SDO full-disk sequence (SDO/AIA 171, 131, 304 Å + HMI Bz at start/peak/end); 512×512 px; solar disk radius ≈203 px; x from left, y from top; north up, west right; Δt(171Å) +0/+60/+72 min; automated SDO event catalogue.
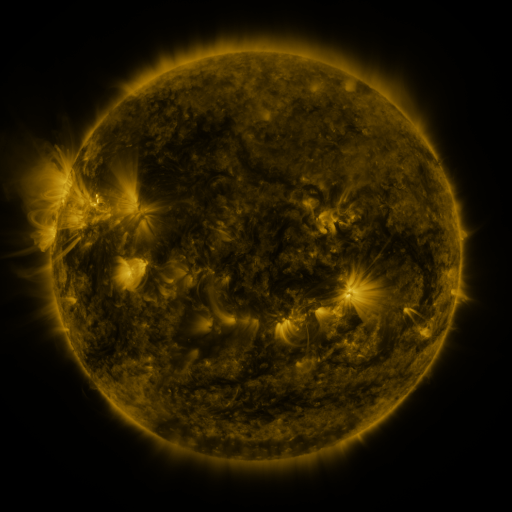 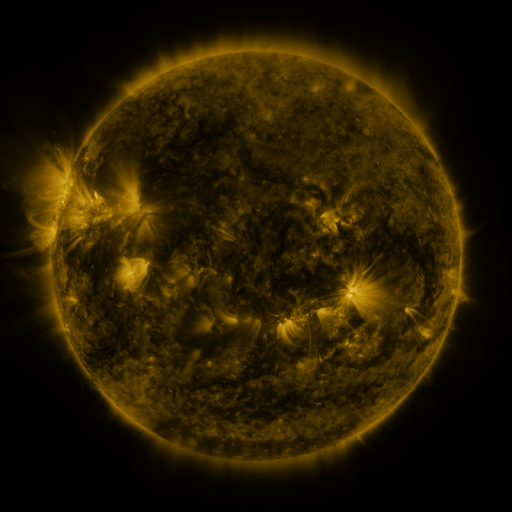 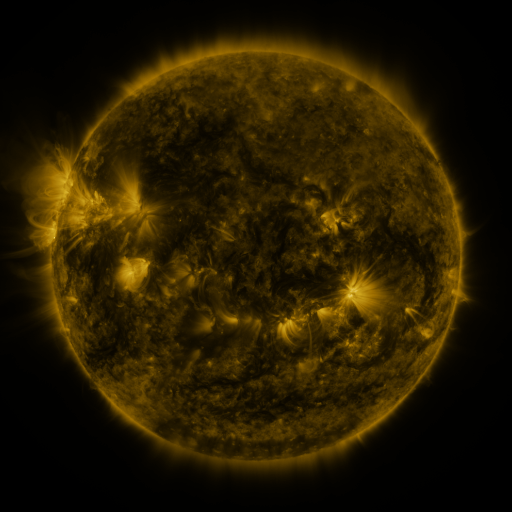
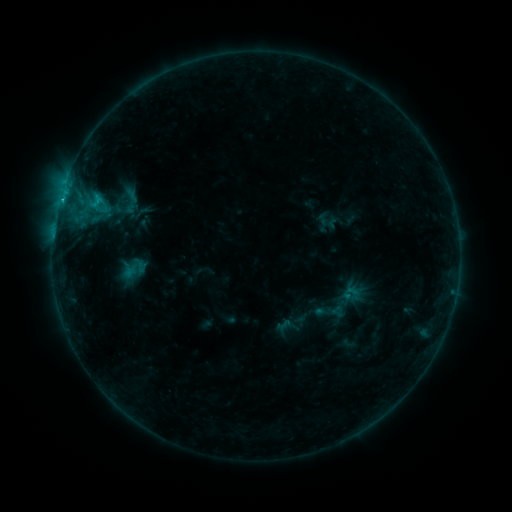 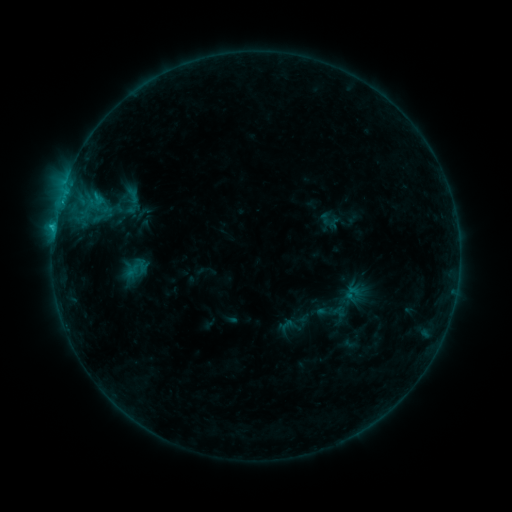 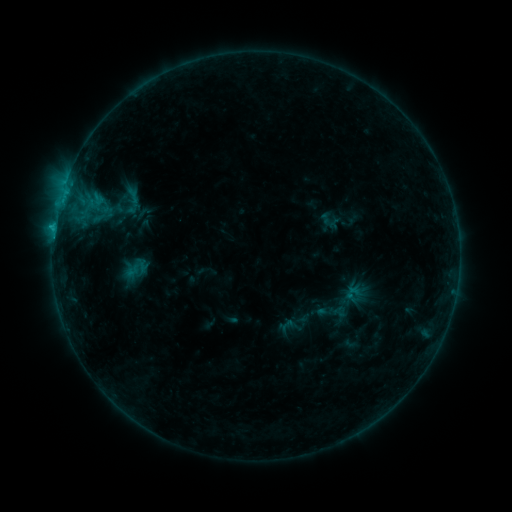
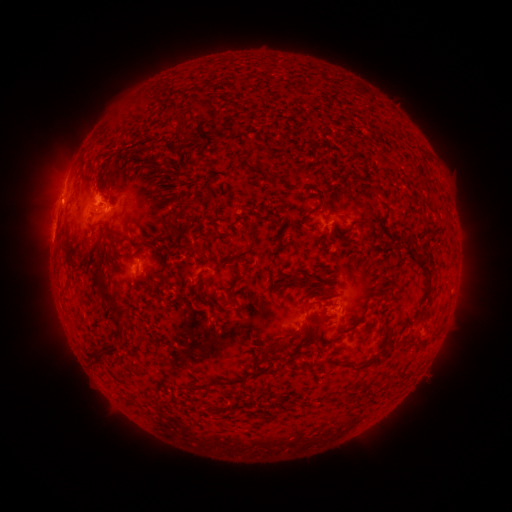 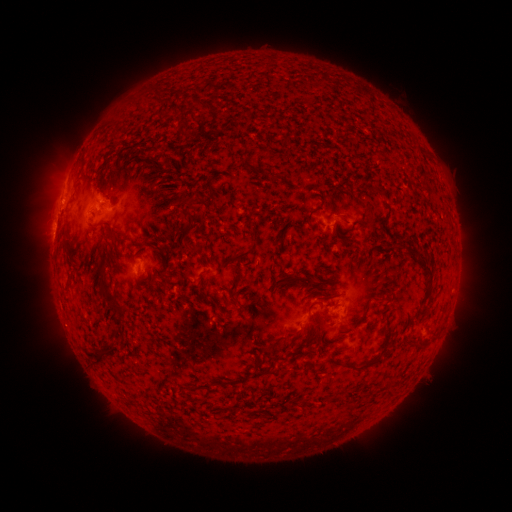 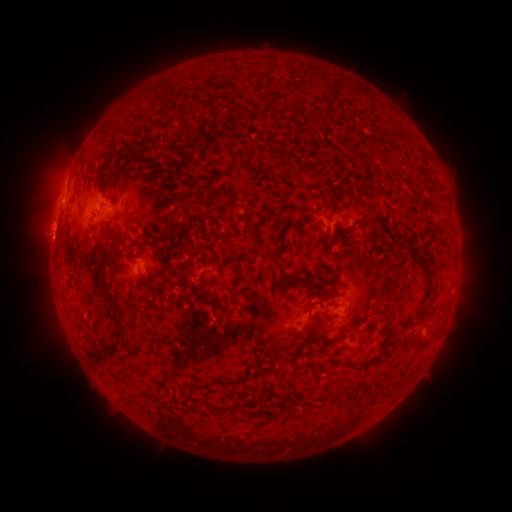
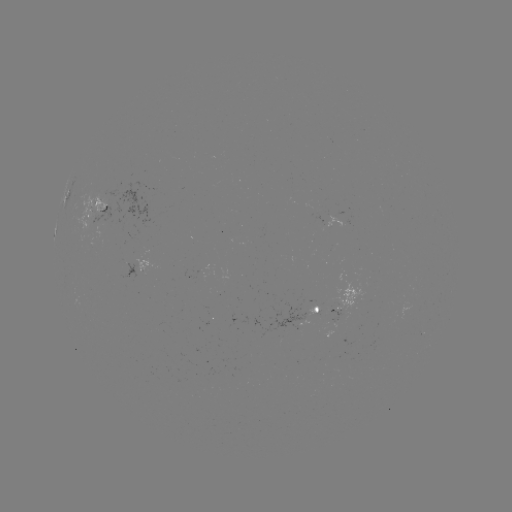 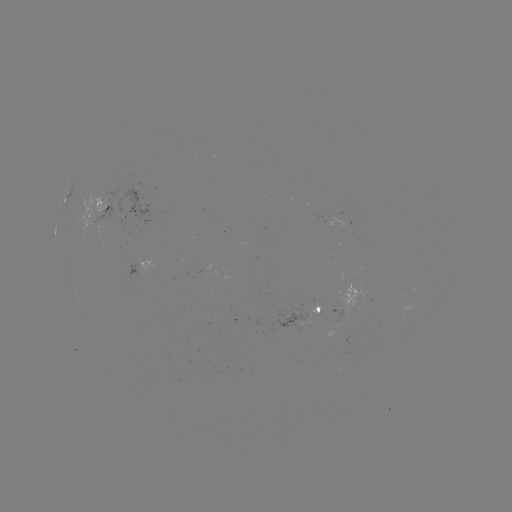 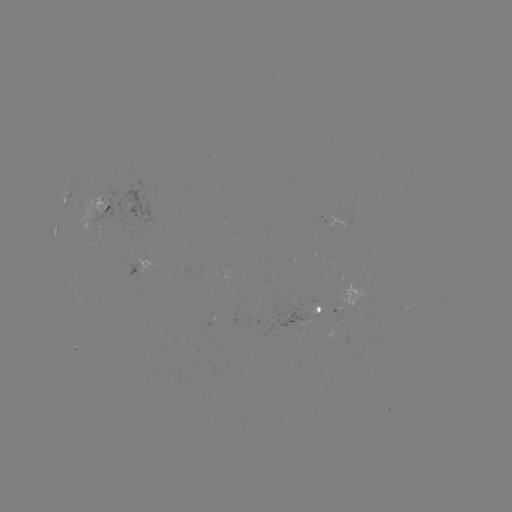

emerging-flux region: [78, 190, 119, 241]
